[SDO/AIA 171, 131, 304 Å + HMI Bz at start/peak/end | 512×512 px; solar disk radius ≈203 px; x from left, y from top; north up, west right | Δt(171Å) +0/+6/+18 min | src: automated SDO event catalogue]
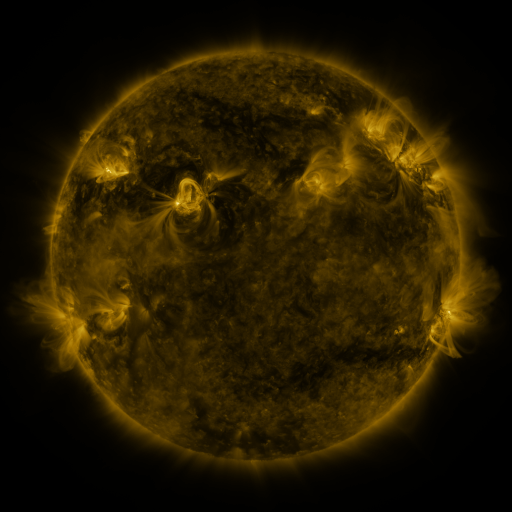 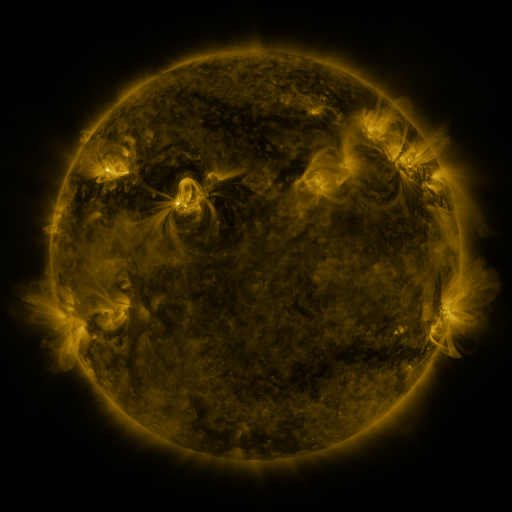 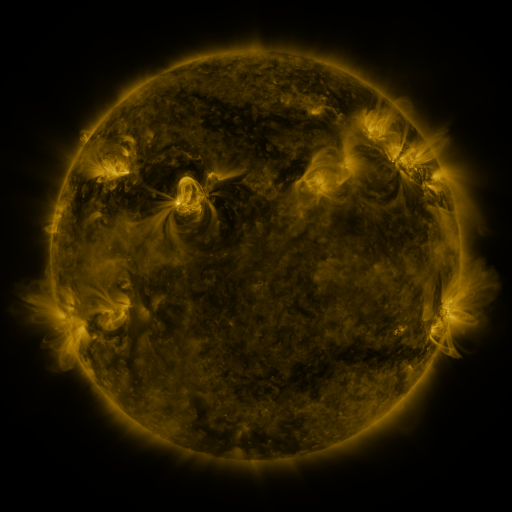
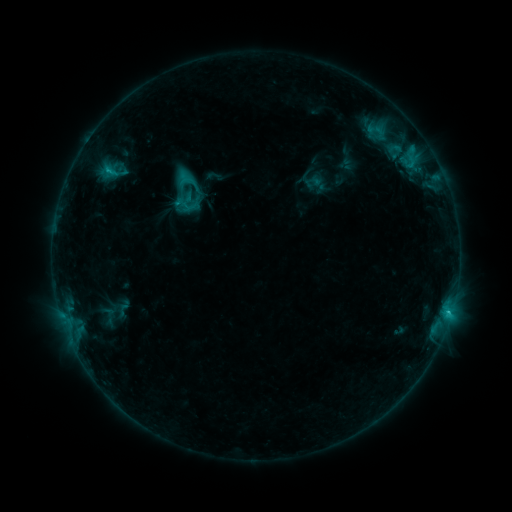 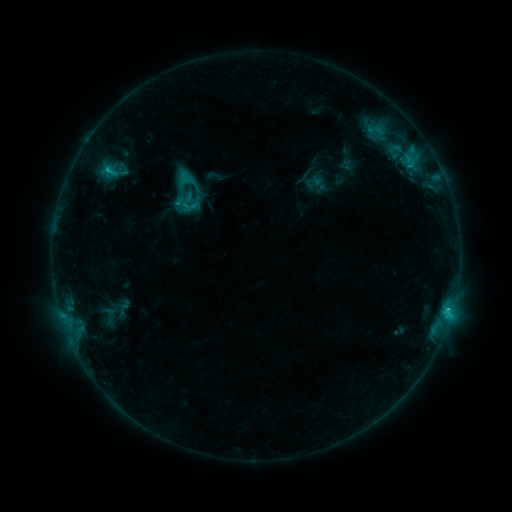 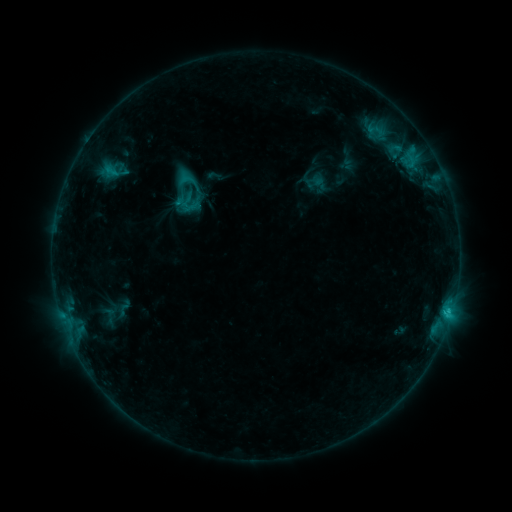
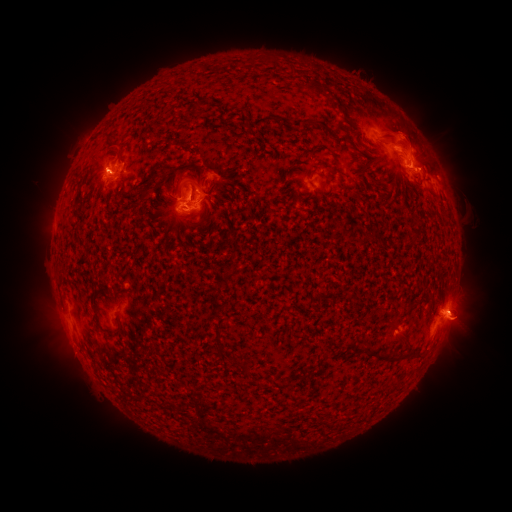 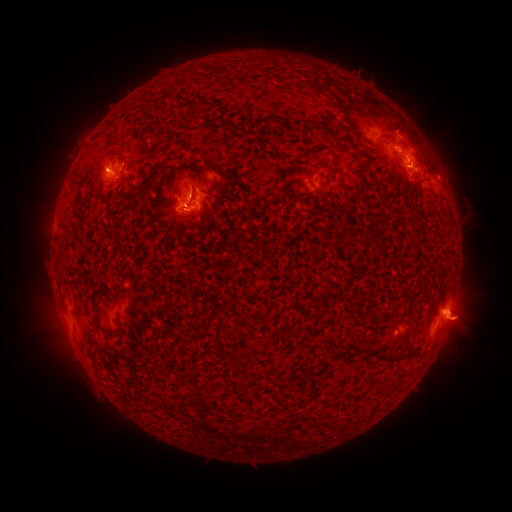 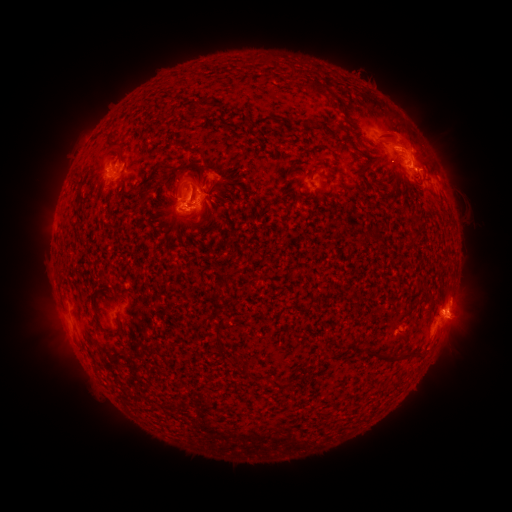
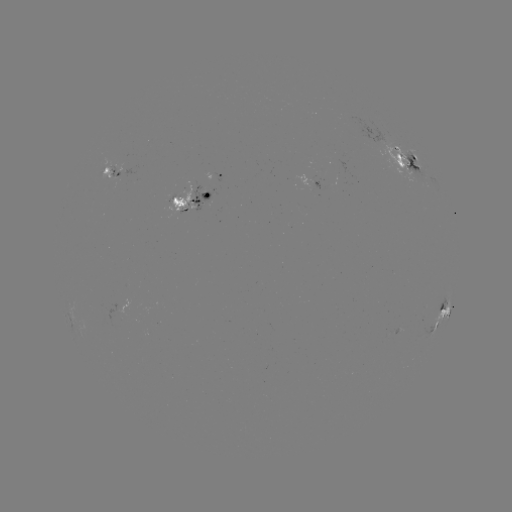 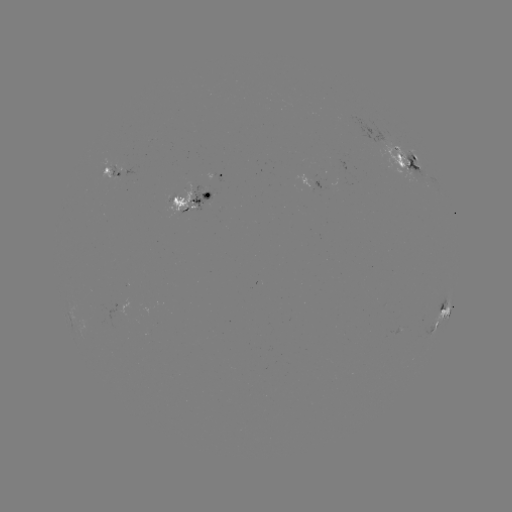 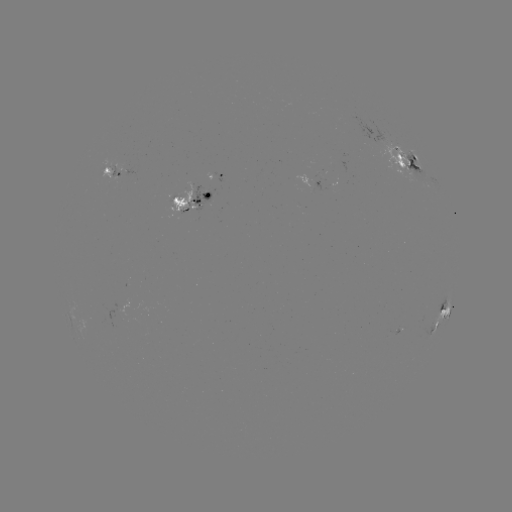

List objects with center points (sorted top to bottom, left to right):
eruption: (468, 323)
